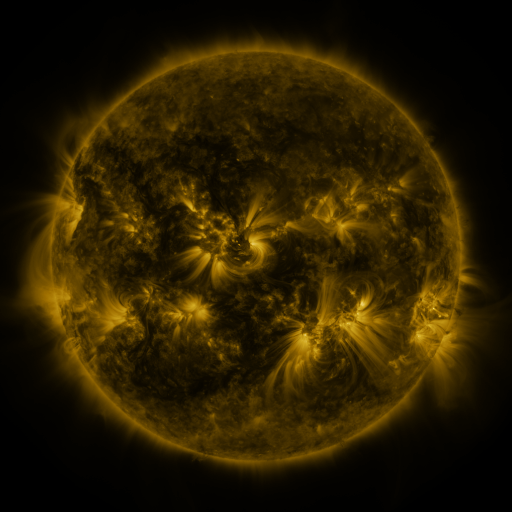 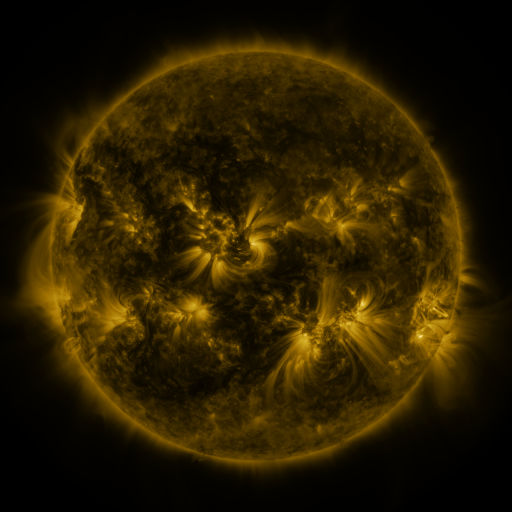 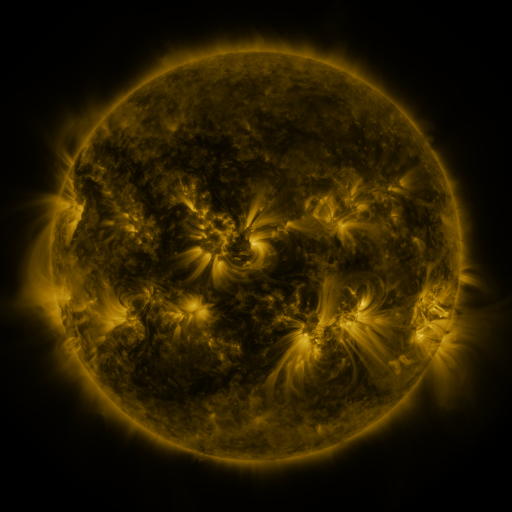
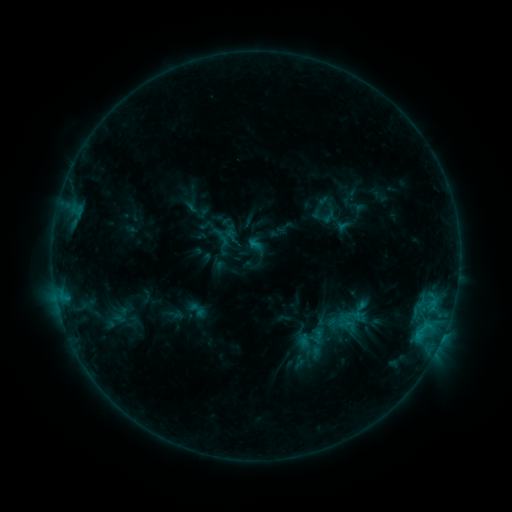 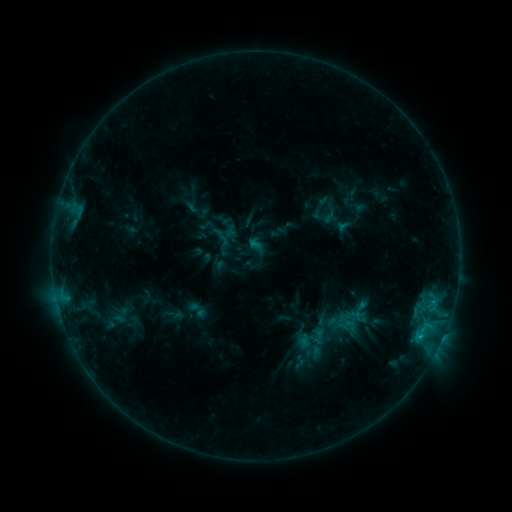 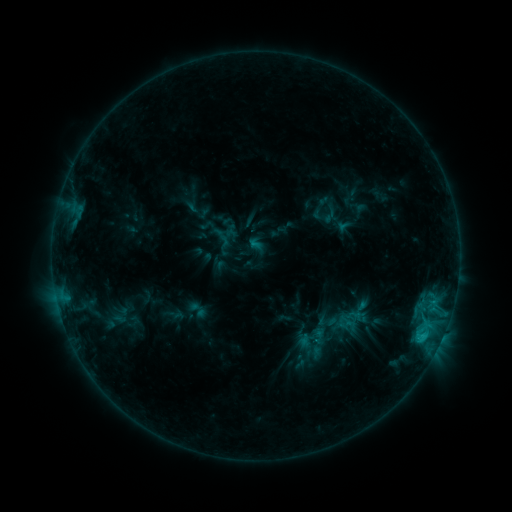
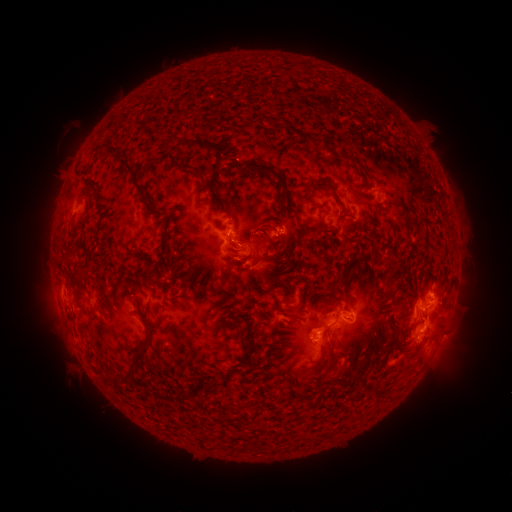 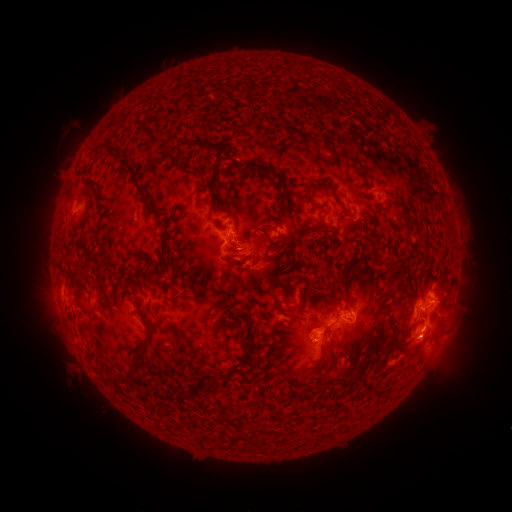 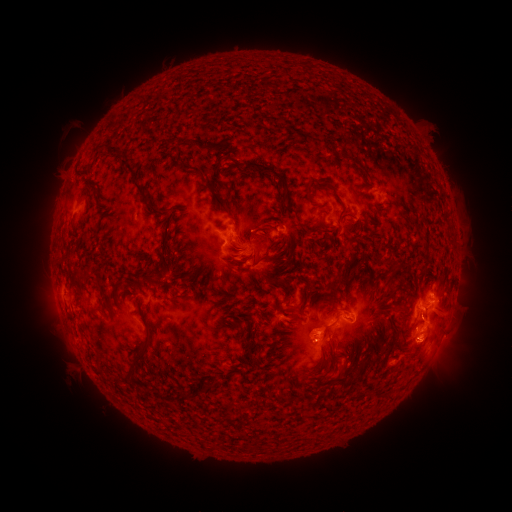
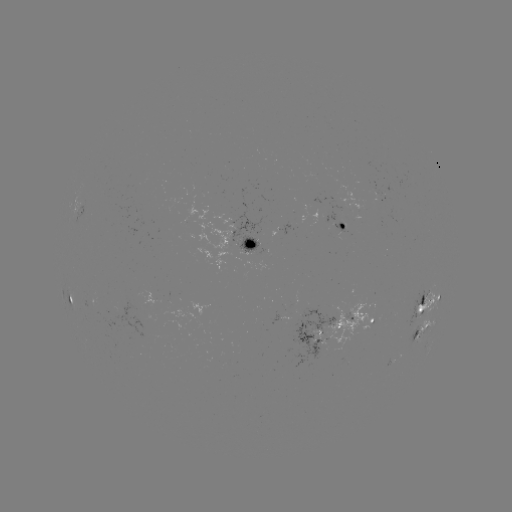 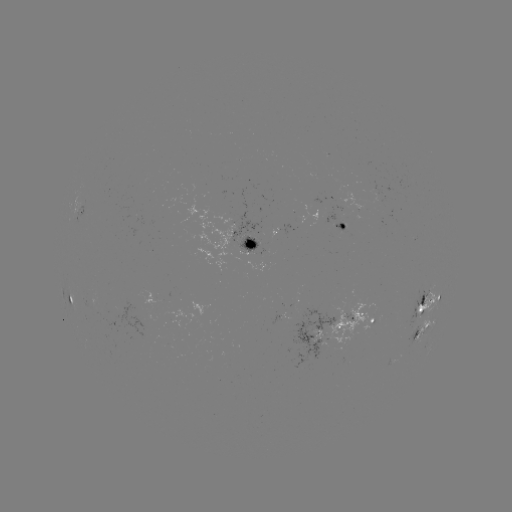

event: flare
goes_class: C1.7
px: (421, 336)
